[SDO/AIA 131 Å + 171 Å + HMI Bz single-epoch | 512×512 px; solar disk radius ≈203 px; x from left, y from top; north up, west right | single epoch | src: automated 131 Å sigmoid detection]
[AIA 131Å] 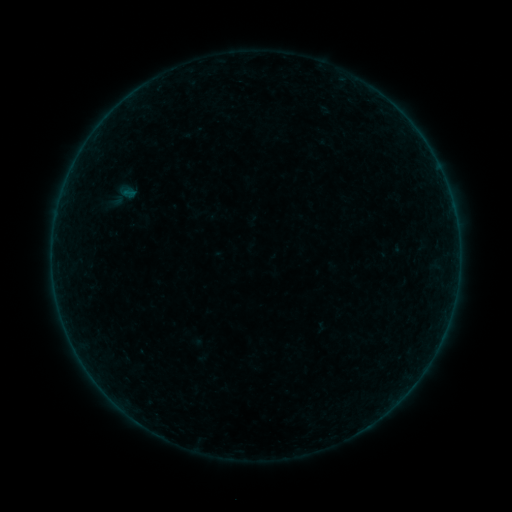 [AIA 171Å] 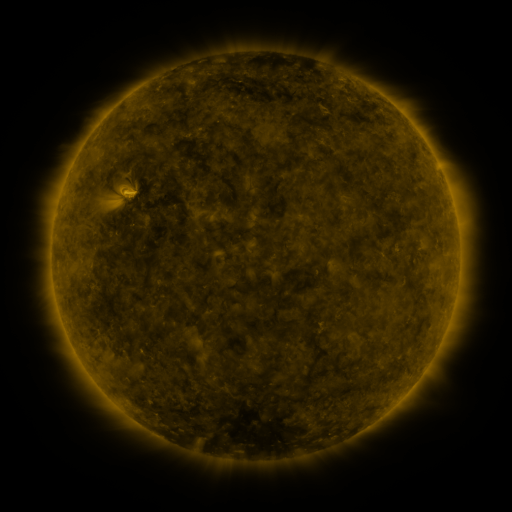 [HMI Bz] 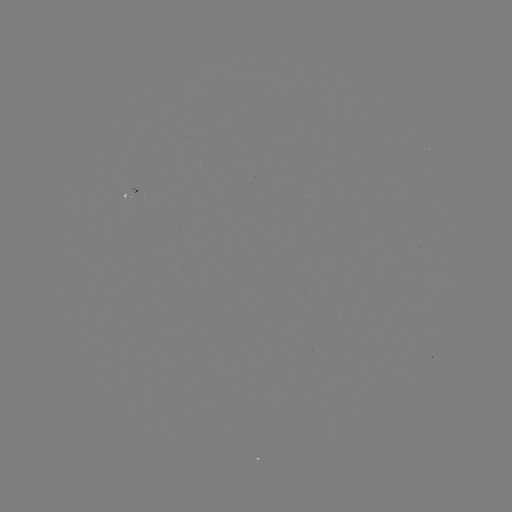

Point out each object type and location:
sigmoid: (108, 179, 140, 211)
